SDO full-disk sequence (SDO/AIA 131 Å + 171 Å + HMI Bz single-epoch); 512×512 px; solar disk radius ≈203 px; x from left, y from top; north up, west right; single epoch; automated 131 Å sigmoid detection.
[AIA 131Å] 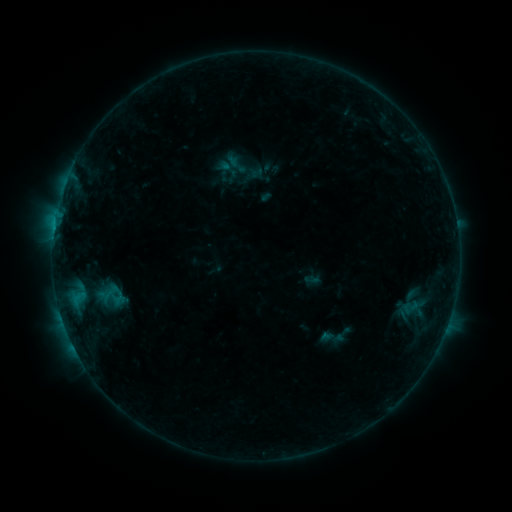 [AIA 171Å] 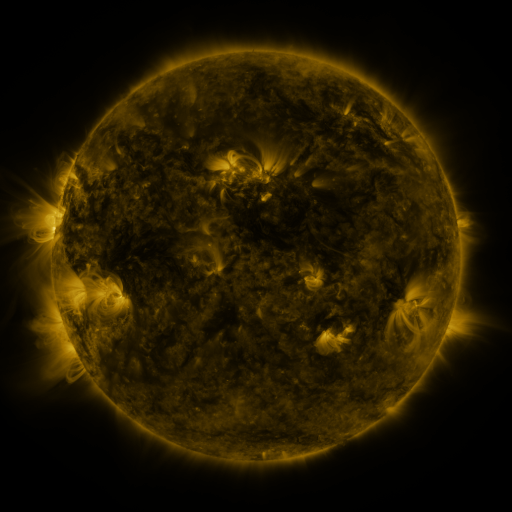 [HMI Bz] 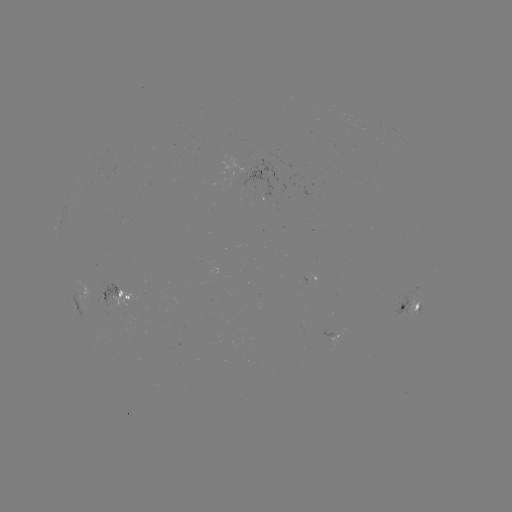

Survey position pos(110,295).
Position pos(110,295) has sigmoid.